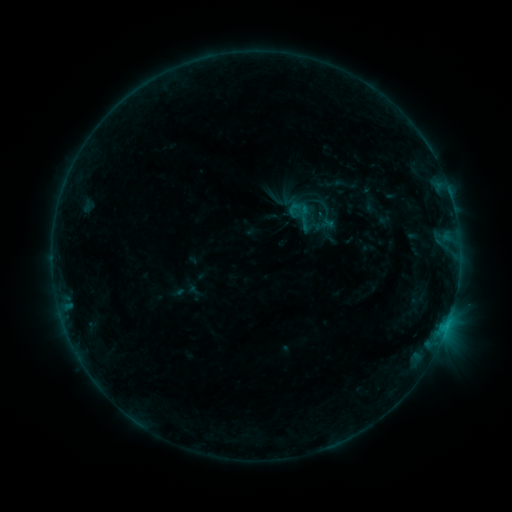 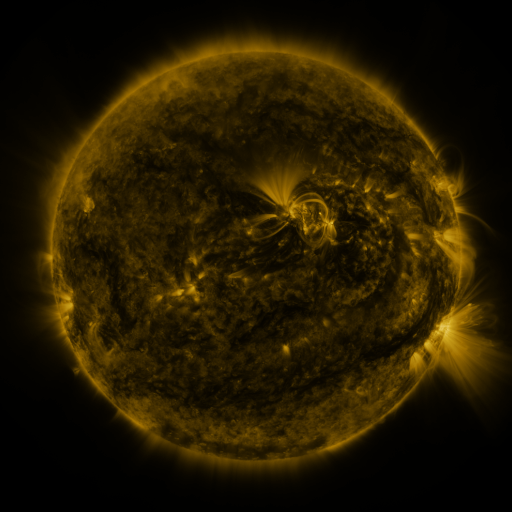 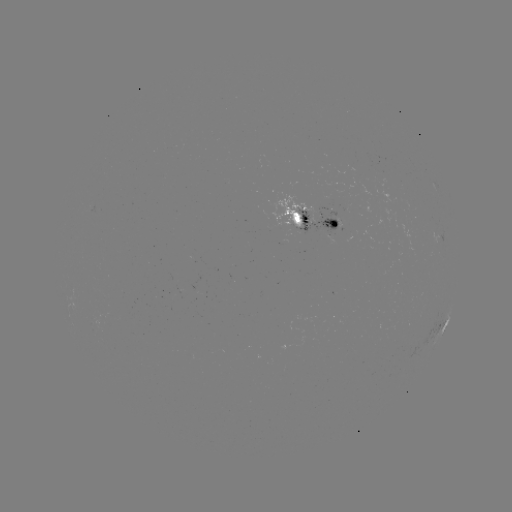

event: sigmoid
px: (301, 214)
